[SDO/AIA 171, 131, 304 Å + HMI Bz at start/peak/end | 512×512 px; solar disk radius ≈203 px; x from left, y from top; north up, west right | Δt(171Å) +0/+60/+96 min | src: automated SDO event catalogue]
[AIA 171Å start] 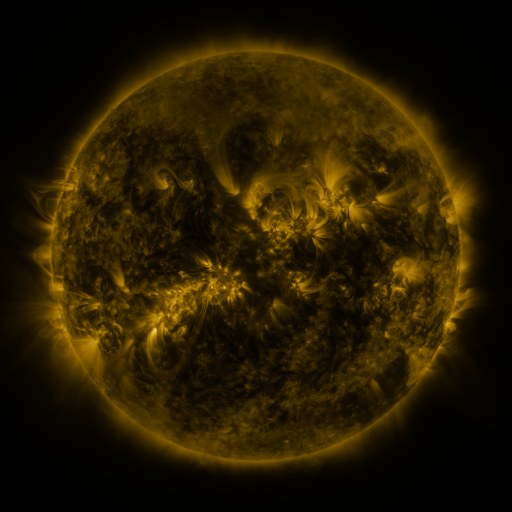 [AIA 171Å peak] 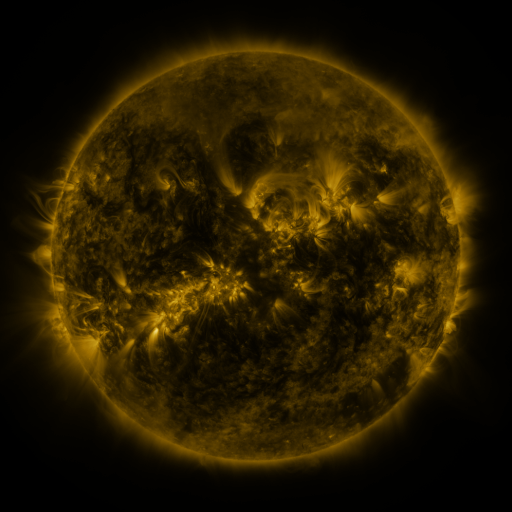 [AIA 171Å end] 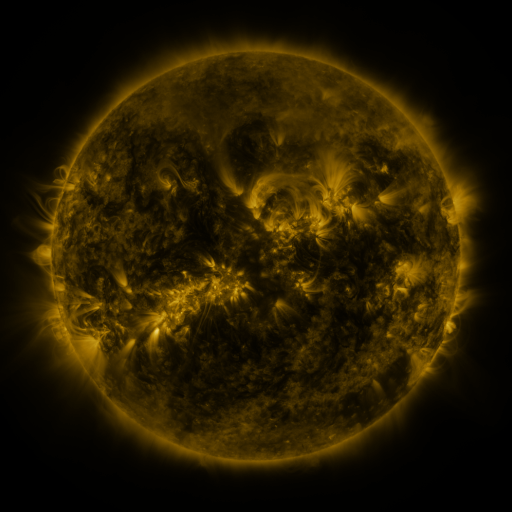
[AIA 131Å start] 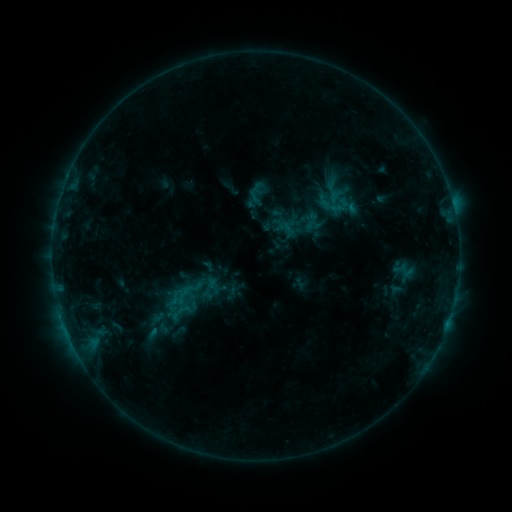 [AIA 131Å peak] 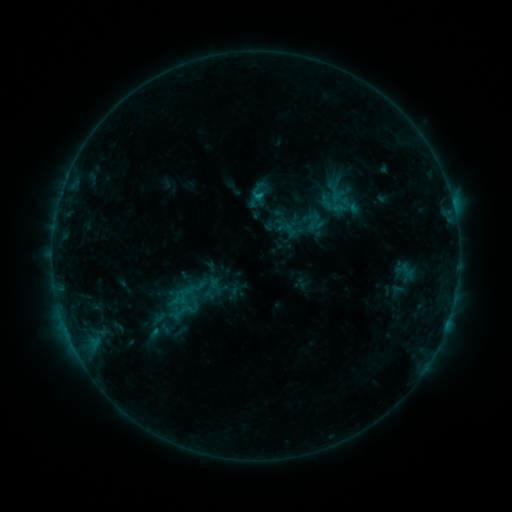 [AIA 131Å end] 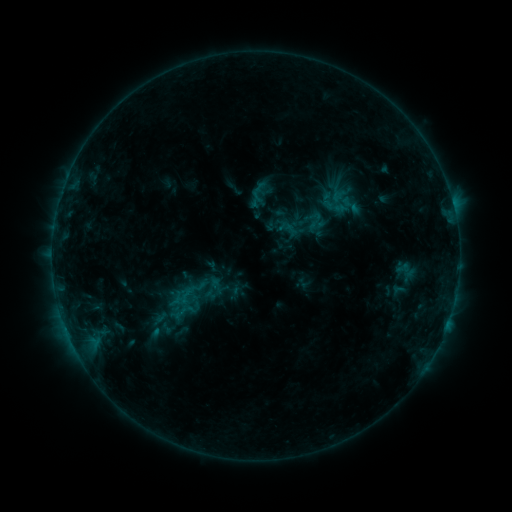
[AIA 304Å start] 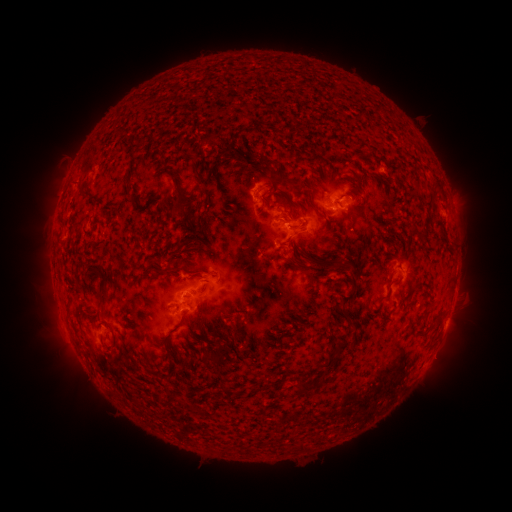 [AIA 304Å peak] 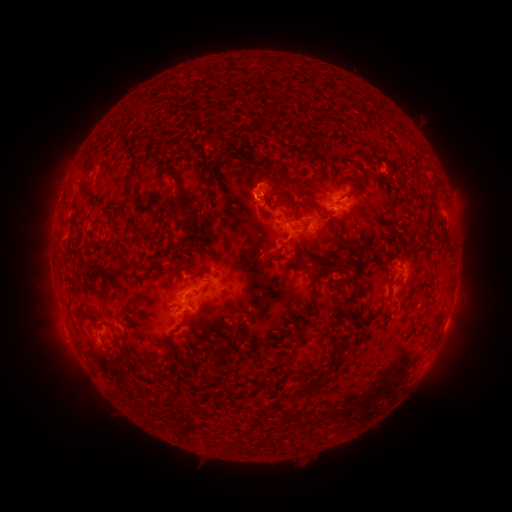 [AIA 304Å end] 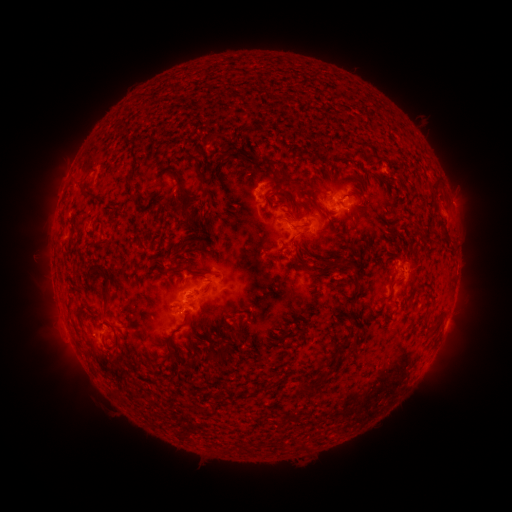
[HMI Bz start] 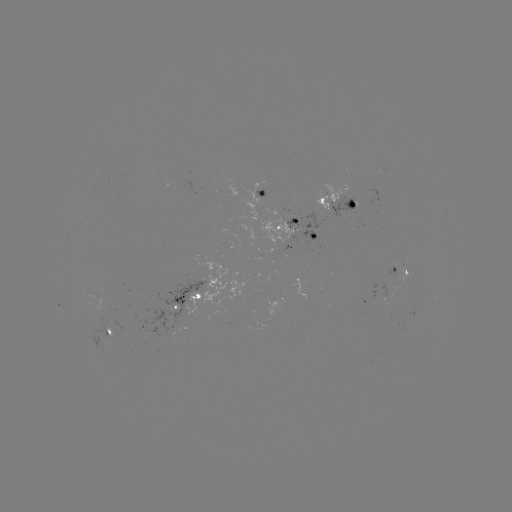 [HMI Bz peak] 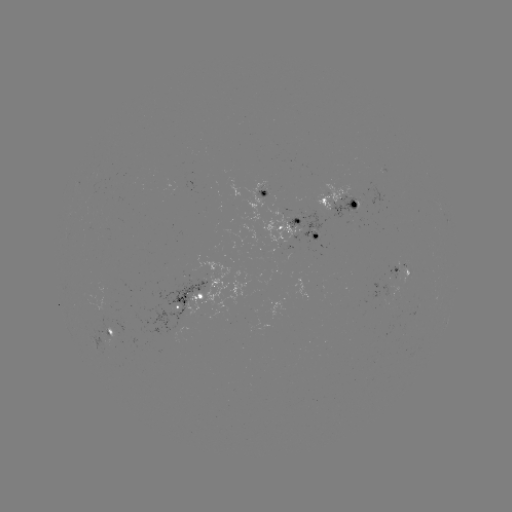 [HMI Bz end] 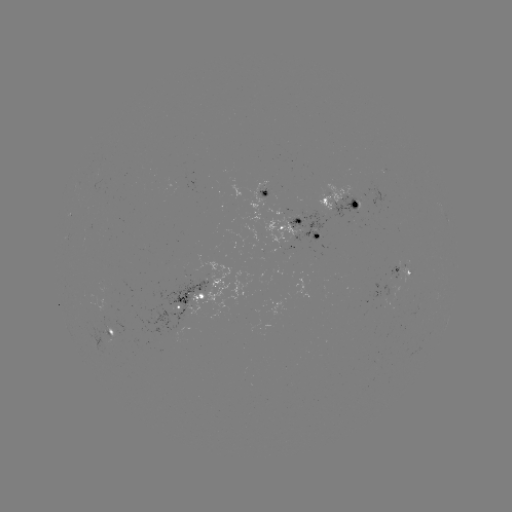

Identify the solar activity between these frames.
emerging-flux region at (180, 316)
